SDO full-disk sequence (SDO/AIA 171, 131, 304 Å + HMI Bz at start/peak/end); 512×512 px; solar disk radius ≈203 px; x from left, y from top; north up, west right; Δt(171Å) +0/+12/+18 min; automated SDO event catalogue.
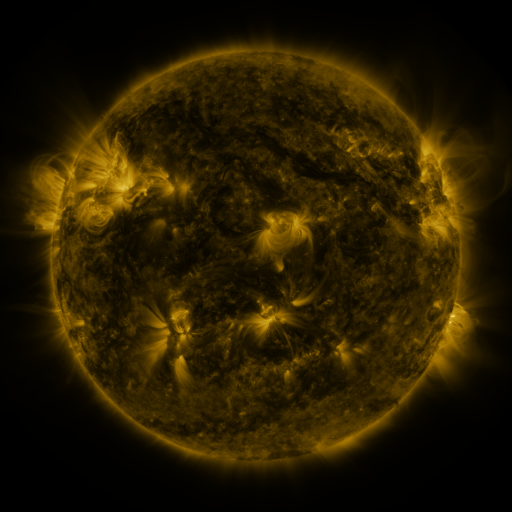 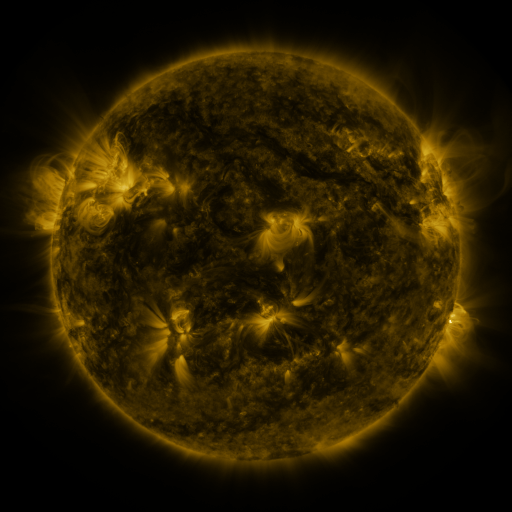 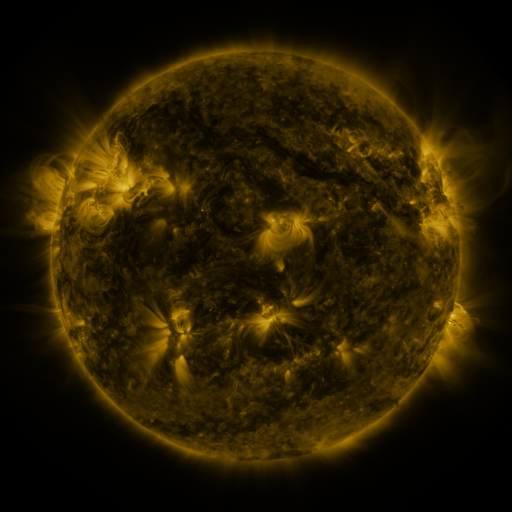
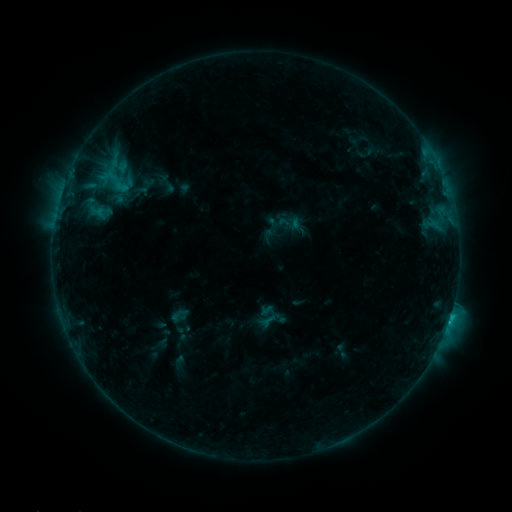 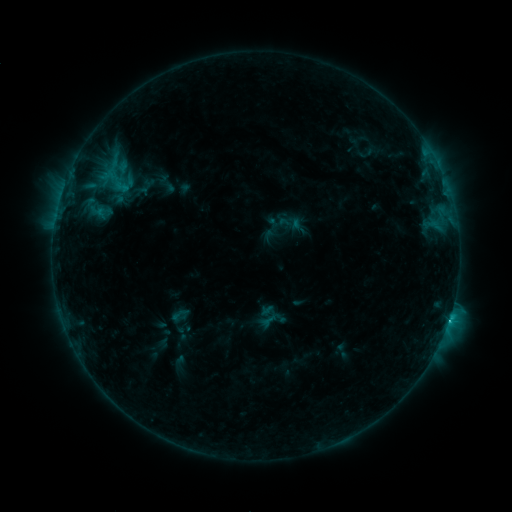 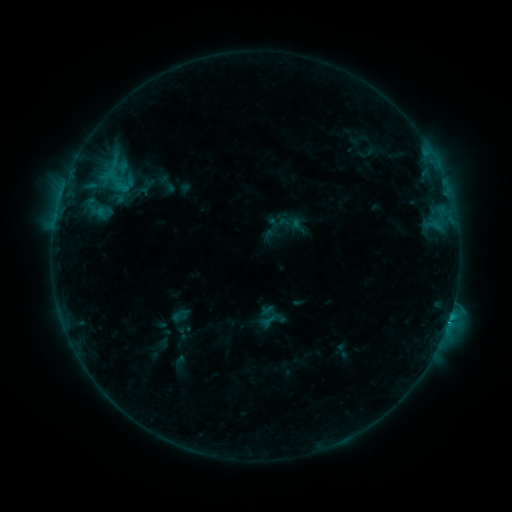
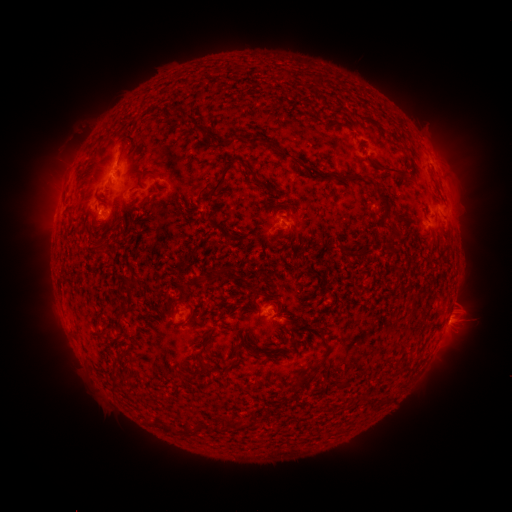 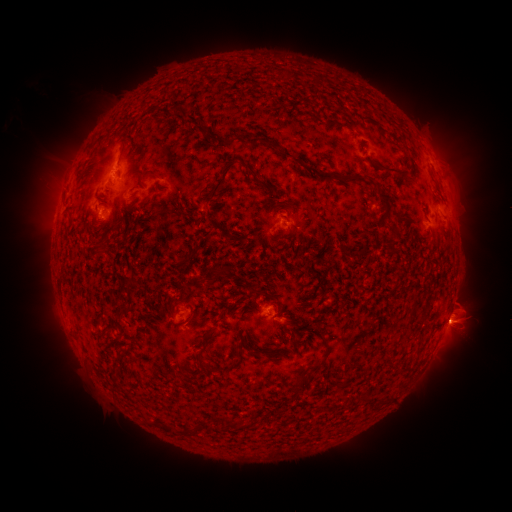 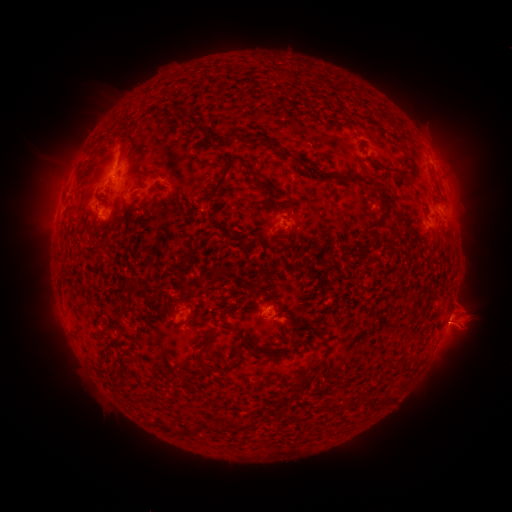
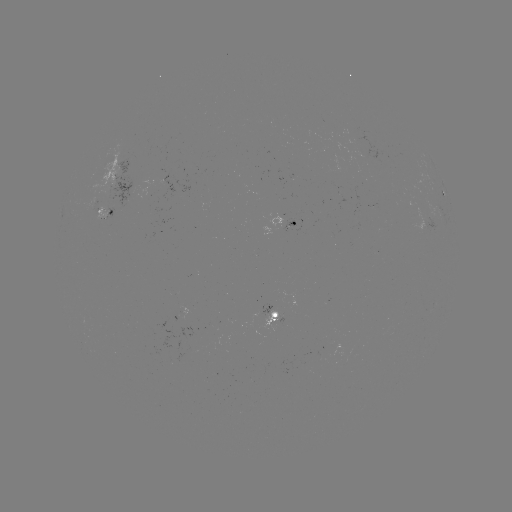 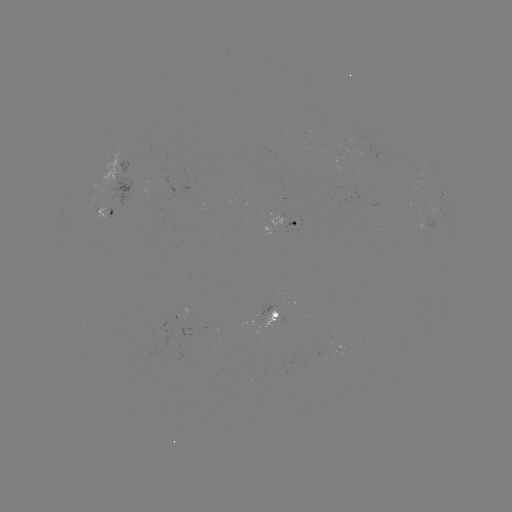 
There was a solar flare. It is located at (448, 322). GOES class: C7.5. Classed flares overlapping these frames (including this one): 1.